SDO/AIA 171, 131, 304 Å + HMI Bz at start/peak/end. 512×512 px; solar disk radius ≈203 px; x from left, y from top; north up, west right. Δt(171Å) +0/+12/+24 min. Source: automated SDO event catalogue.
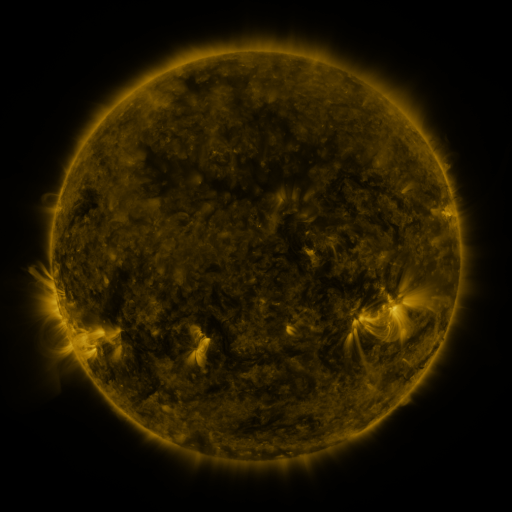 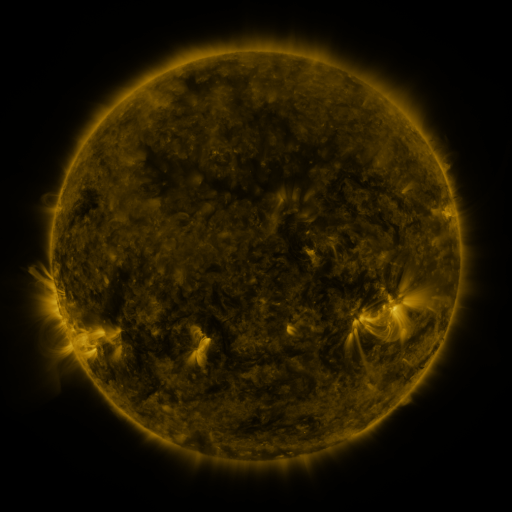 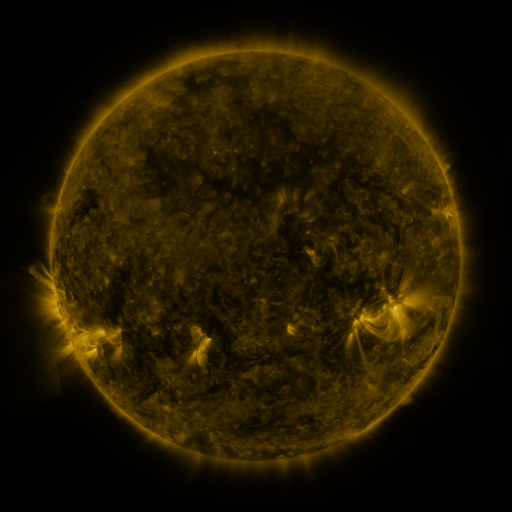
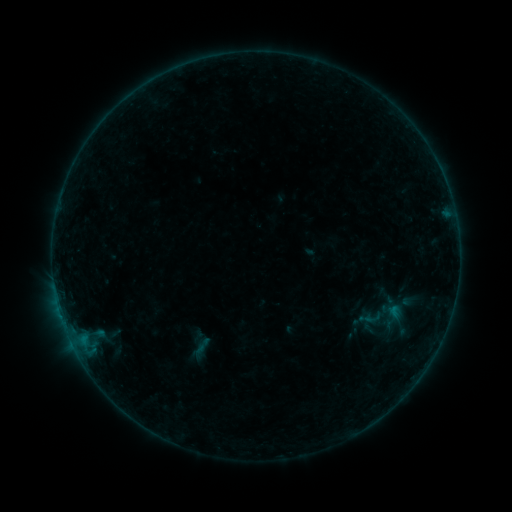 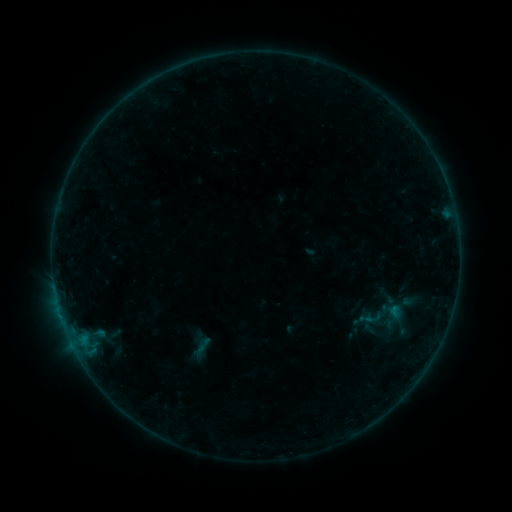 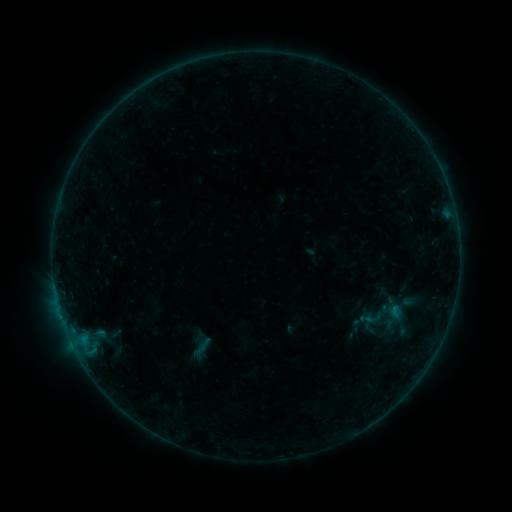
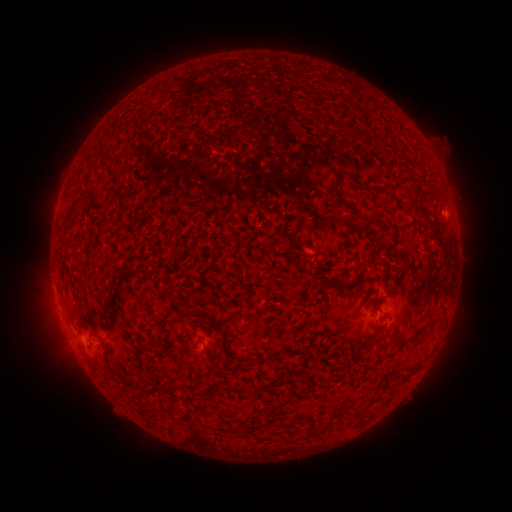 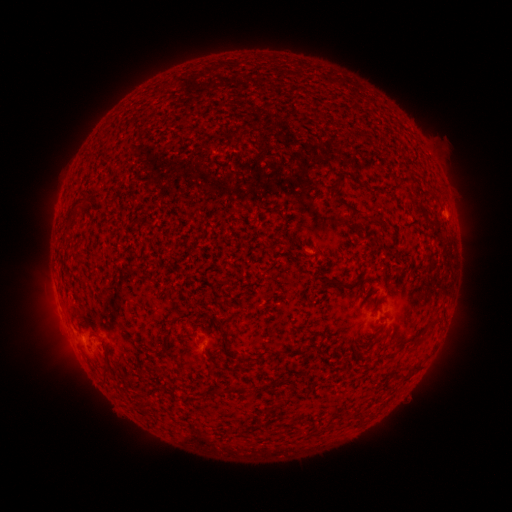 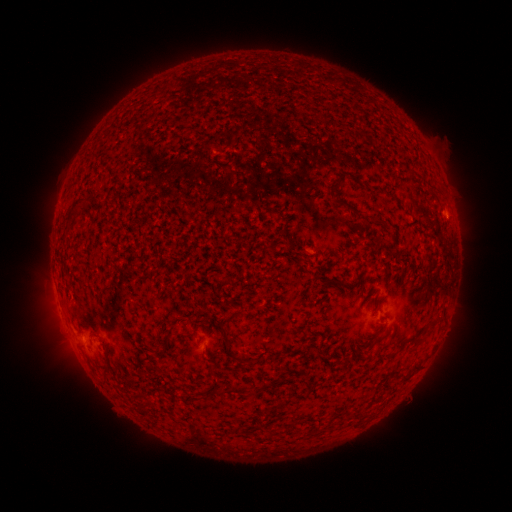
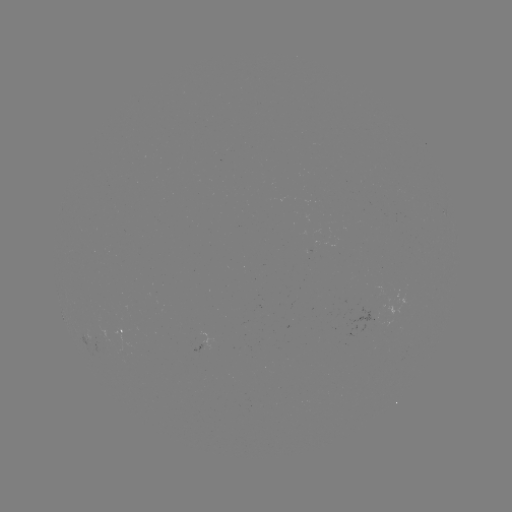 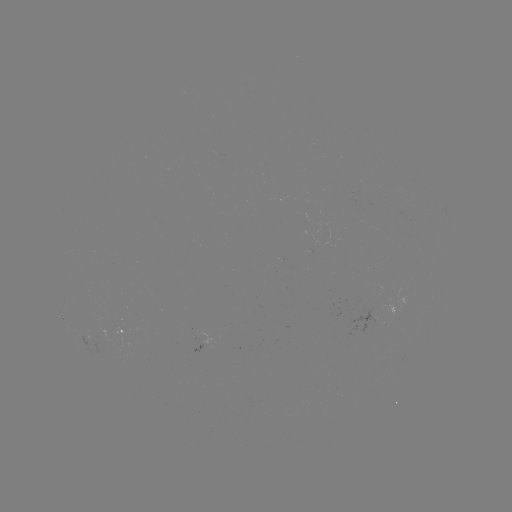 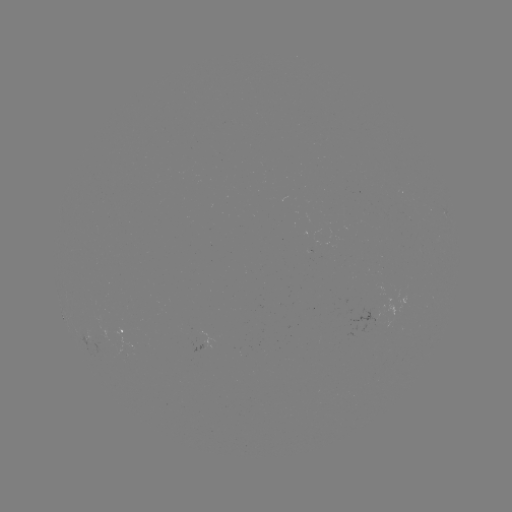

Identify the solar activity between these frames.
no flare in any classed list; no EUV-trigger detection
